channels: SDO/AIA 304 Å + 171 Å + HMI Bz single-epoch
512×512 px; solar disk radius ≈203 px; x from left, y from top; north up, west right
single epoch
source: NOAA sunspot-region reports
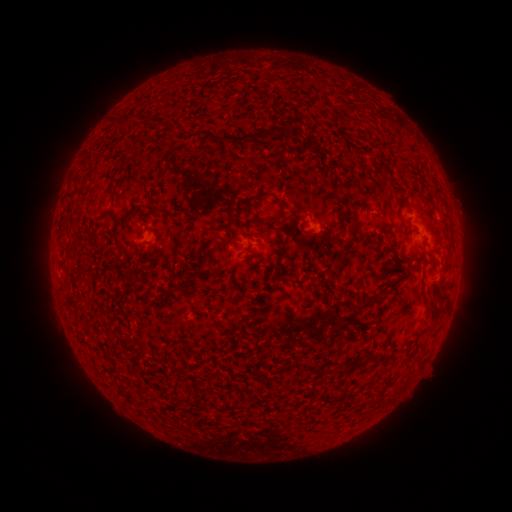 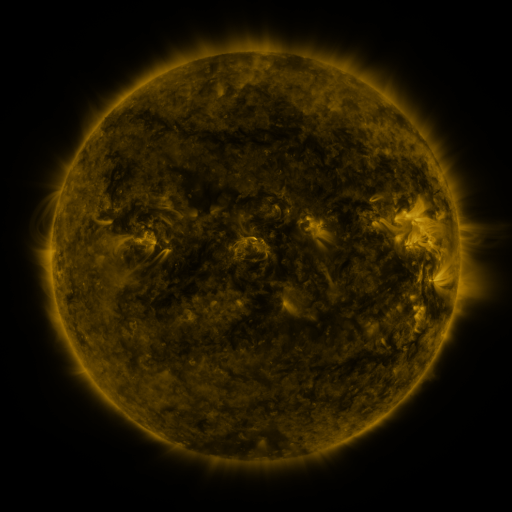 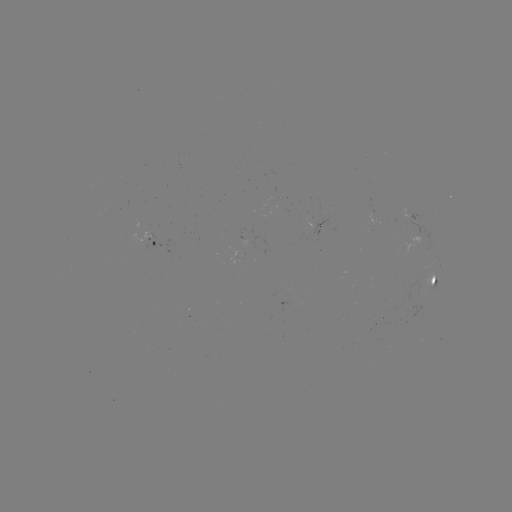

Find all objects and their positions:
spotted active region: (408, 214)
spotted active region: (157, 240)
spotted active region: (436, 280)
